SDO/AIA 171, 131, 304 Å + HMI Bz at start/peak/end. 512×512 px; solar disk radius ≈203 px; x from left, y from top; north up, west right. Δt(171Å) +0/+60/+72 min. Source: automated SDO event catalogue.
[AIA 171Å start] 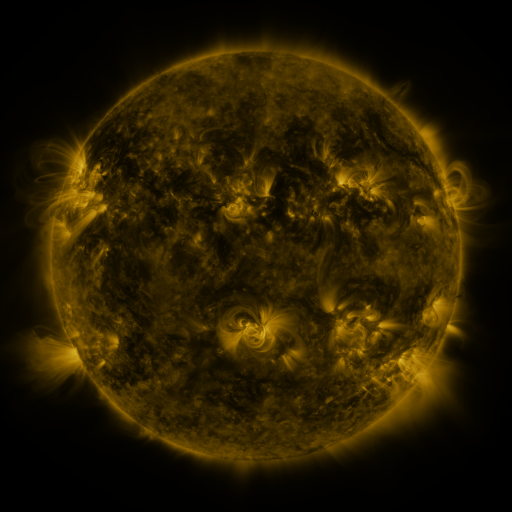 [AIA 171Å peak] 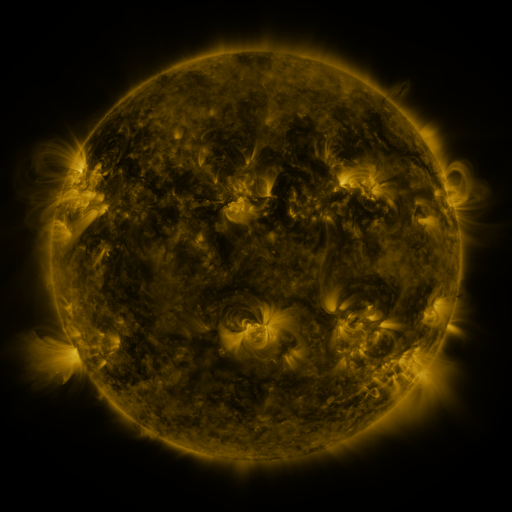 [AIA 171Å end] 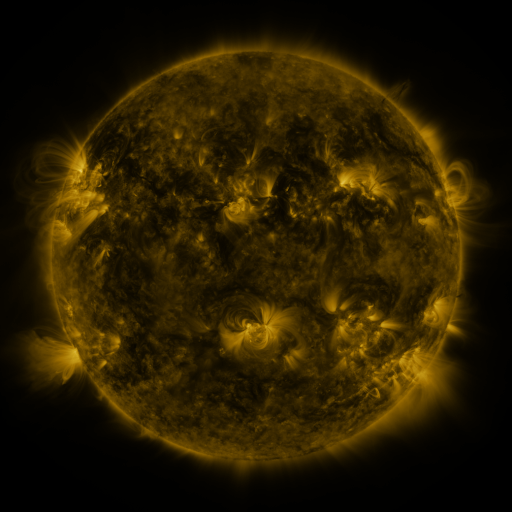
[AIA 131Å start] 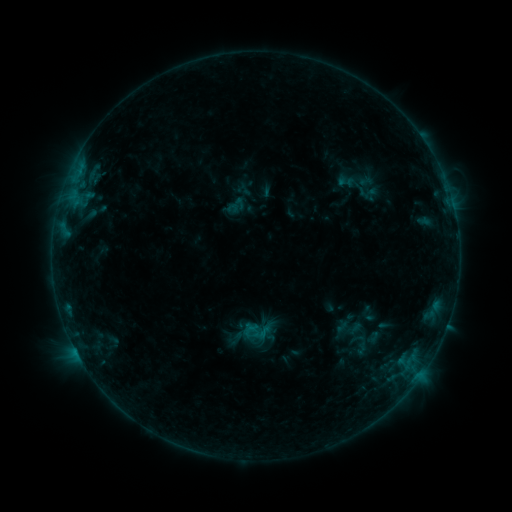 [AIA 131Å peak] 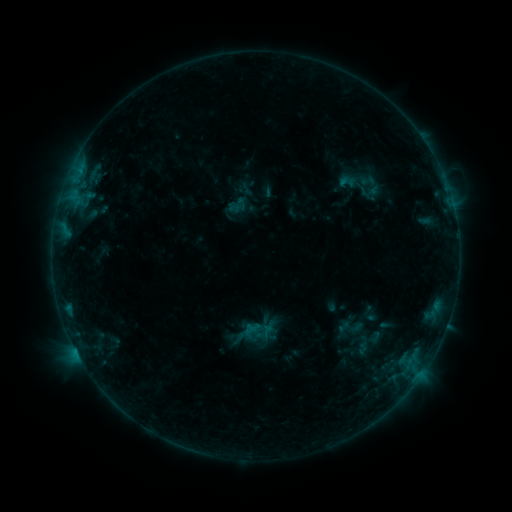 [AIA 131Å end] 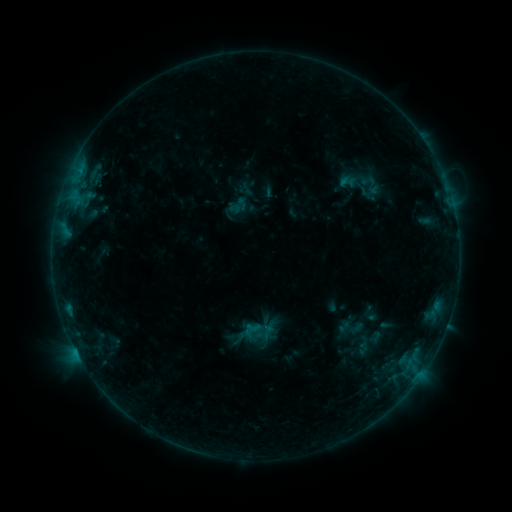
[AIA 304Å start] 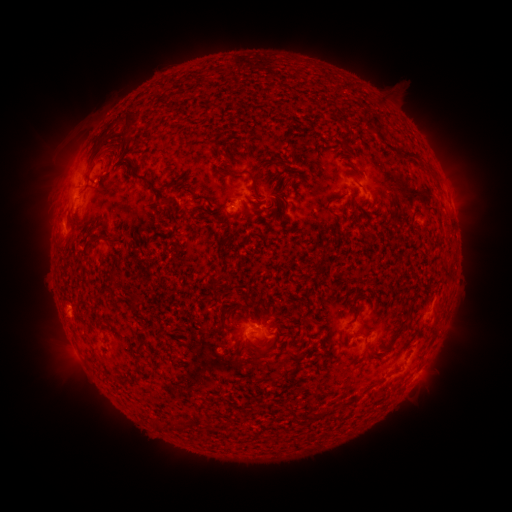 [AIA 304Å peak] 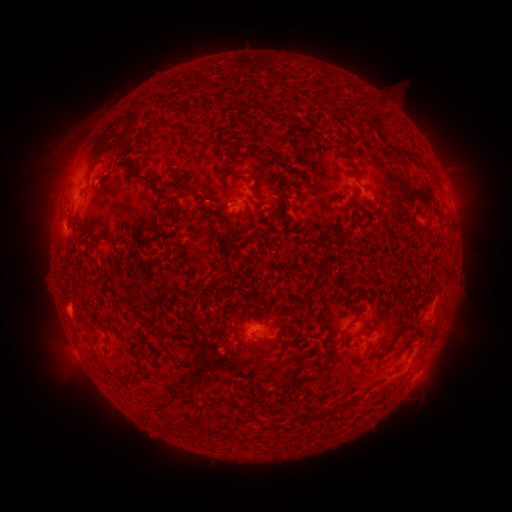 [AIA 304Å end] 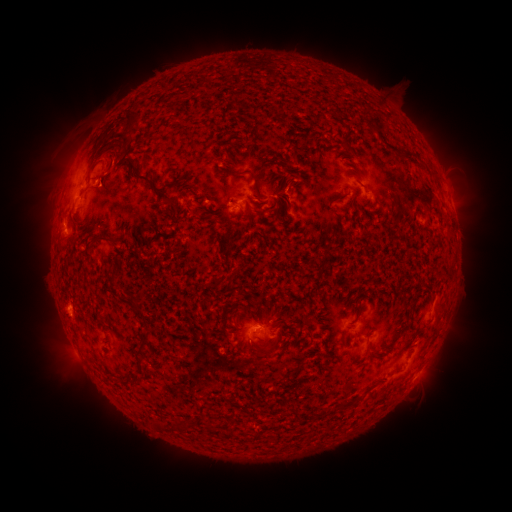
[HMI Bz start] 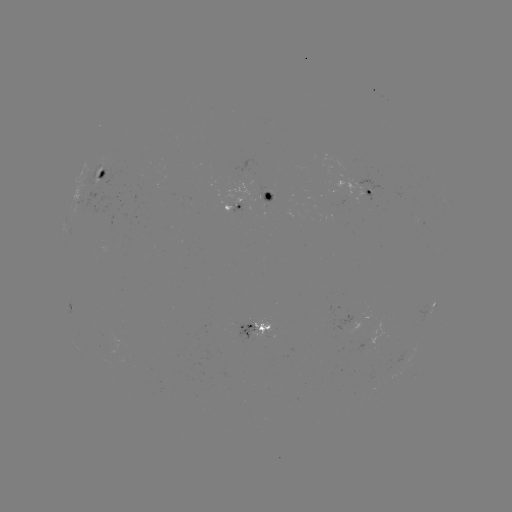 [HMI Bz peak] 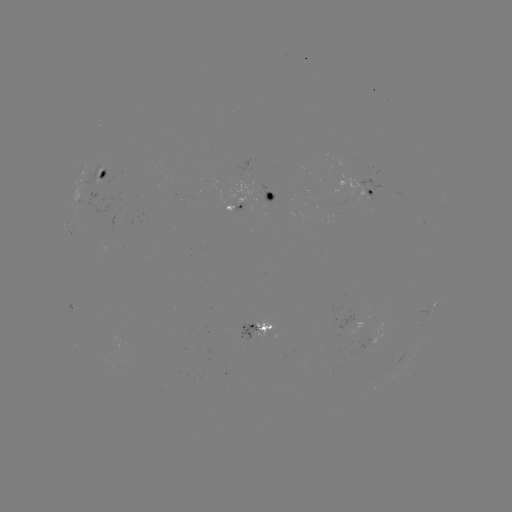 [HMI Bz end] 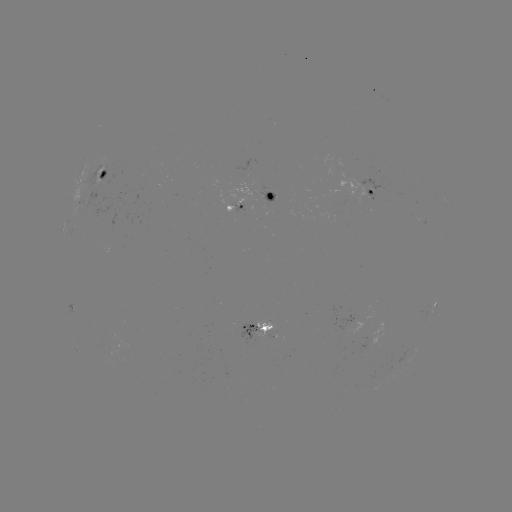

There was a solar emerging-flux region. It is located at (99, 184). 